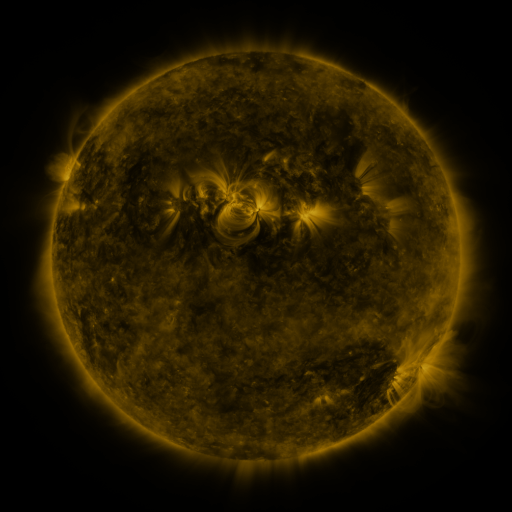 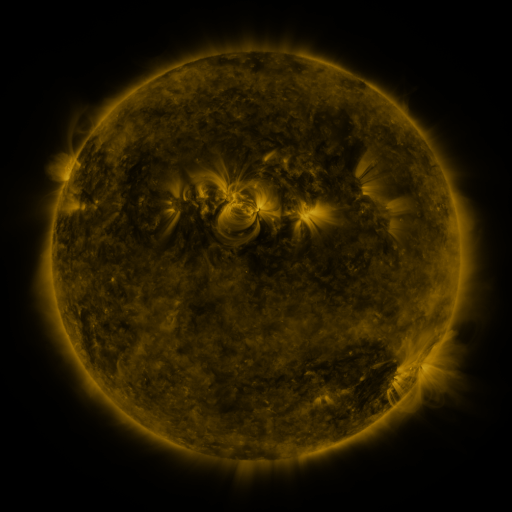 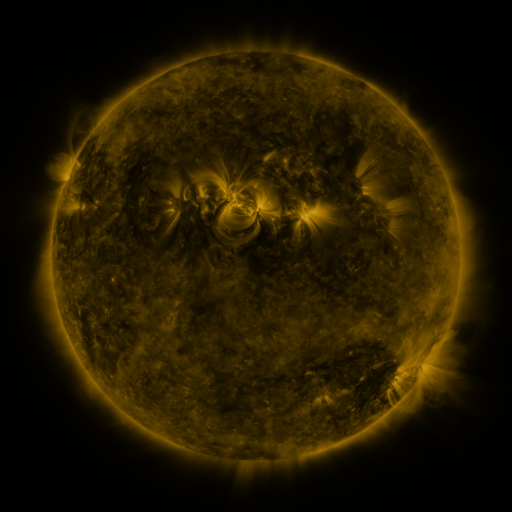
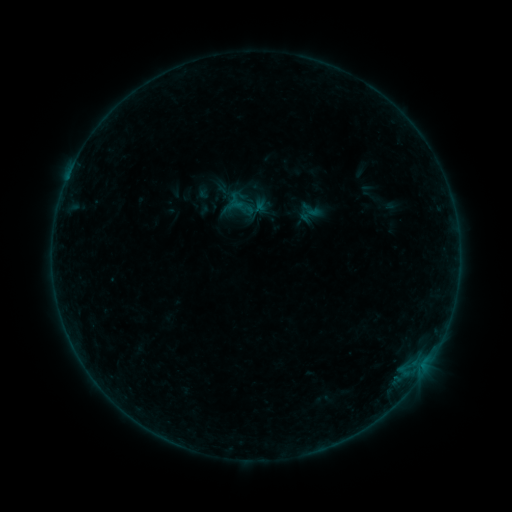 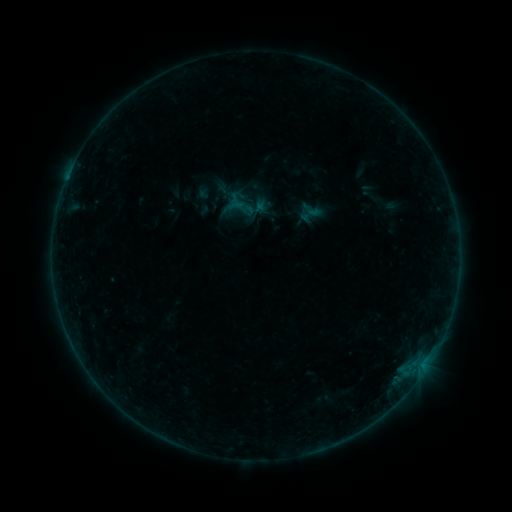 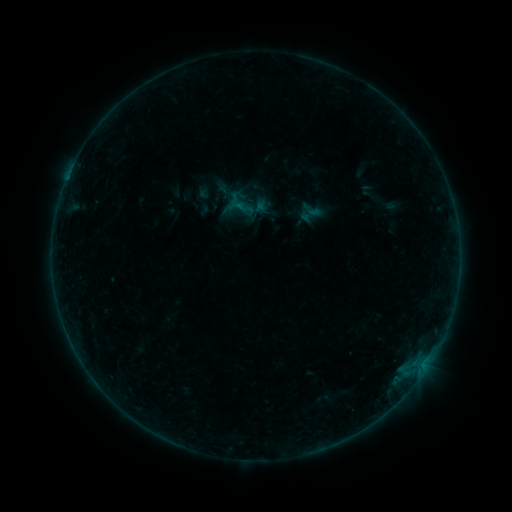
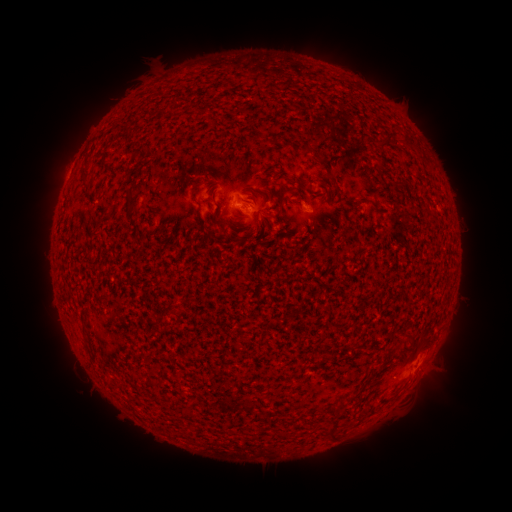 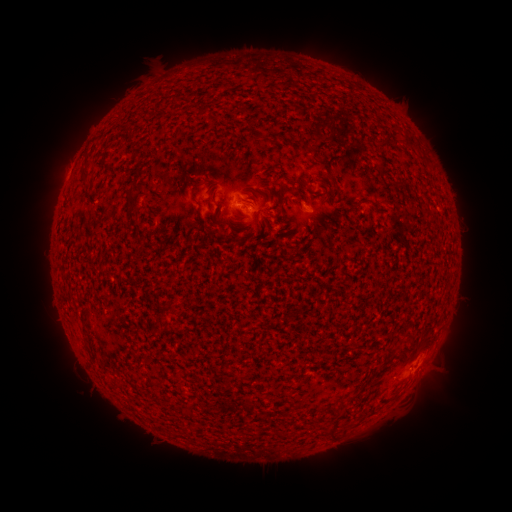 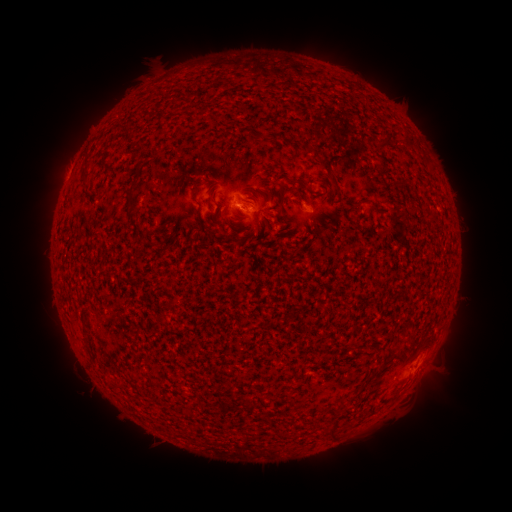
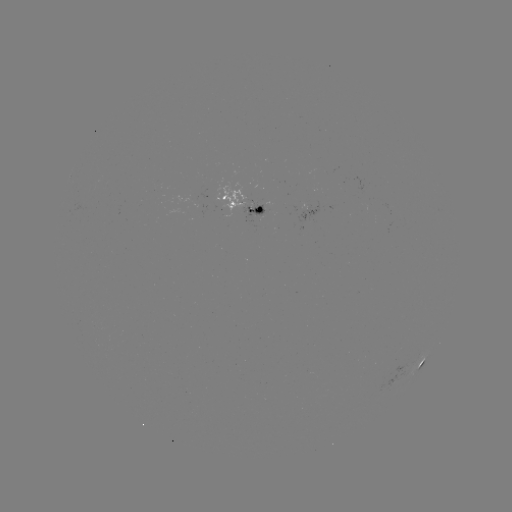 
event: flare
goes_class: B1.9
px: (67, 181)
